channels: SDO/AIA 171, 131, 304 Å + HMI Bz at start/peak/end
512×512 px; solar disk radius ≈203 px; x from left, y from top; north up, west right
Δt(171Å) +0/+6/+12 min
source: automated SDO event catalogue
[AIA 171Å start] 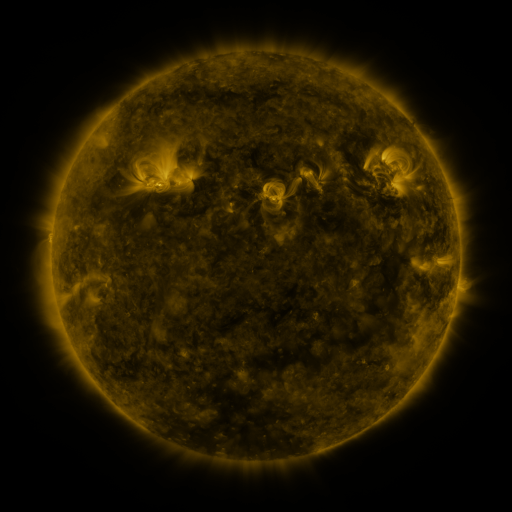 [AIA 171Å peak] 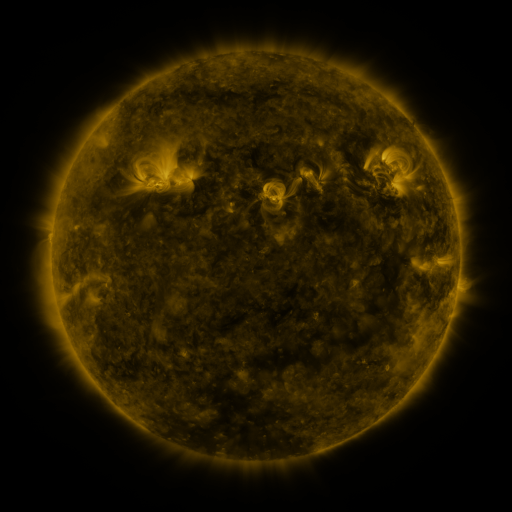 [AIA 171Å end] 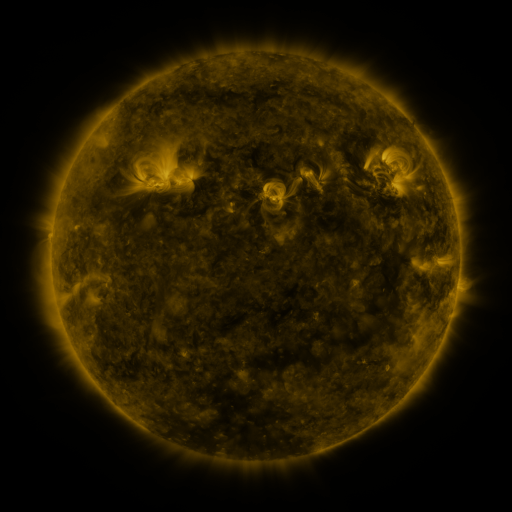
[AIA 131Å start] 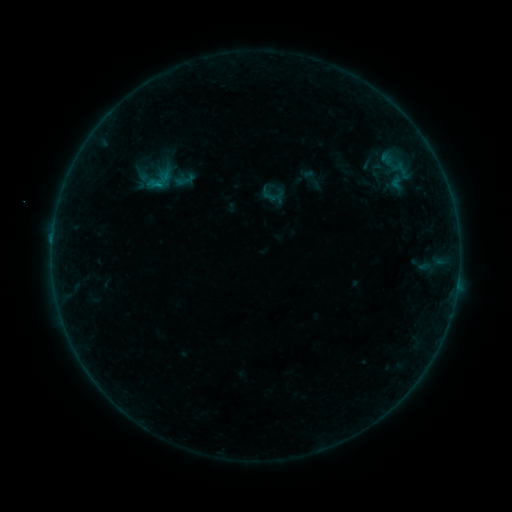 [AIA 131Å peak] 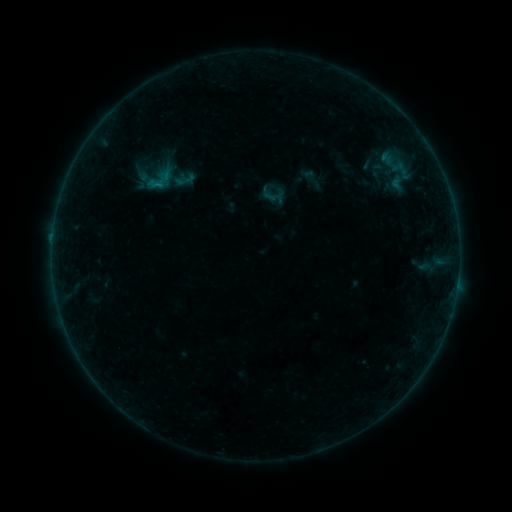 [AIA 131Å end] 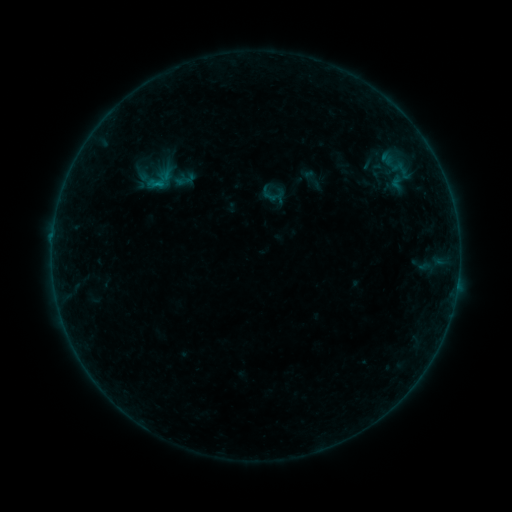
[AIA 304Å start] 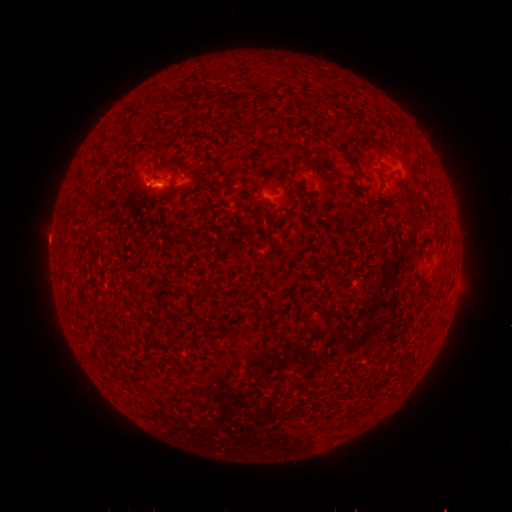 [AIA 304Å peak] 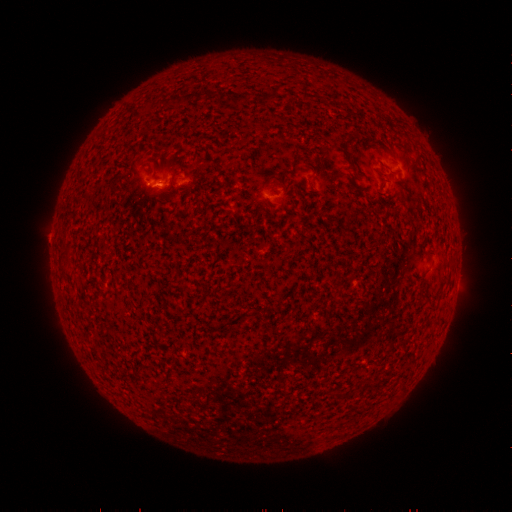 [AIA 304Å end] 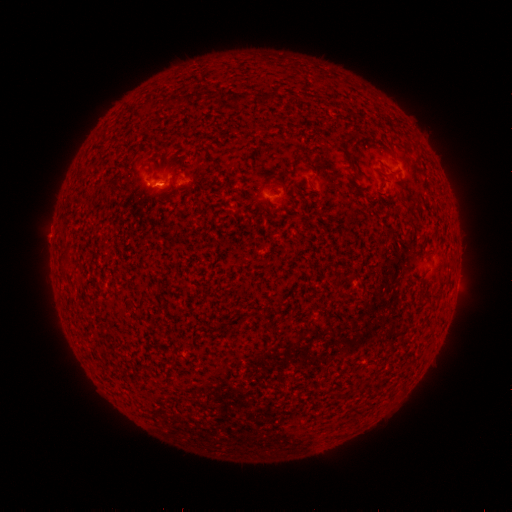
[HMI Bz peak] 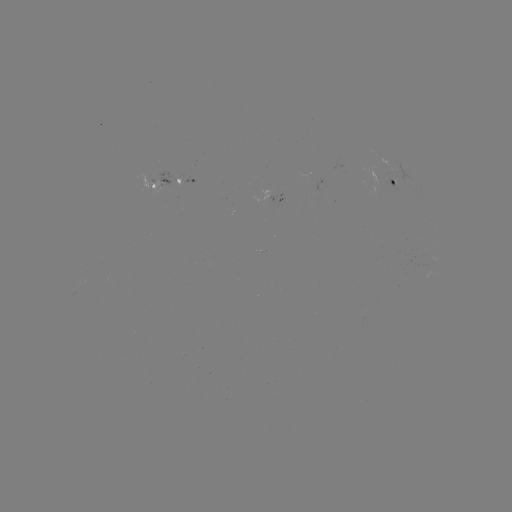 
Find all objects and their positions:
B1.9 flare: (160, 185)
